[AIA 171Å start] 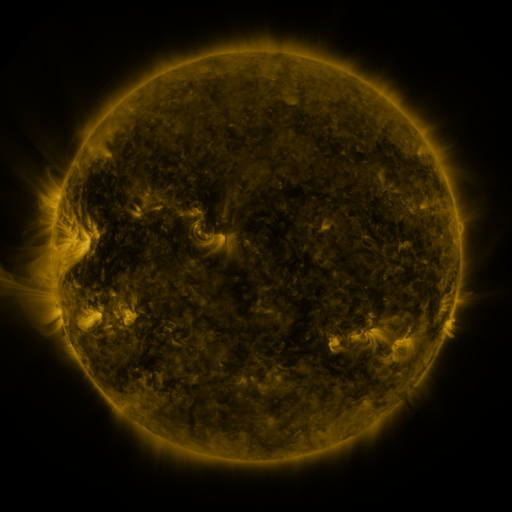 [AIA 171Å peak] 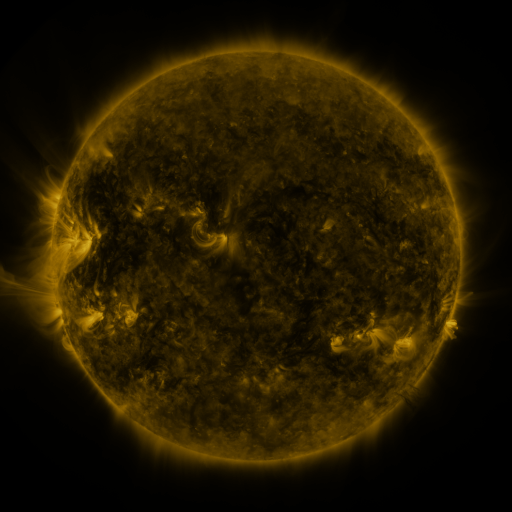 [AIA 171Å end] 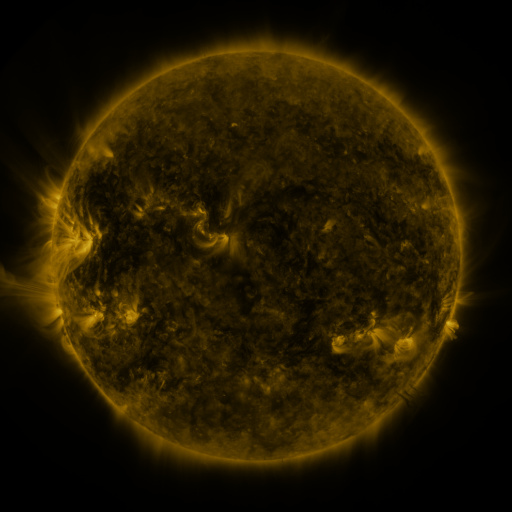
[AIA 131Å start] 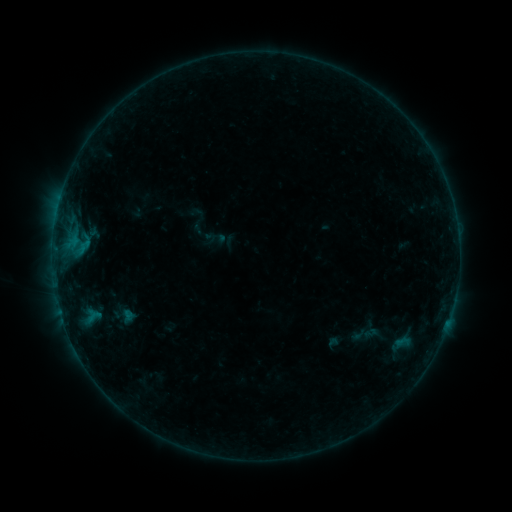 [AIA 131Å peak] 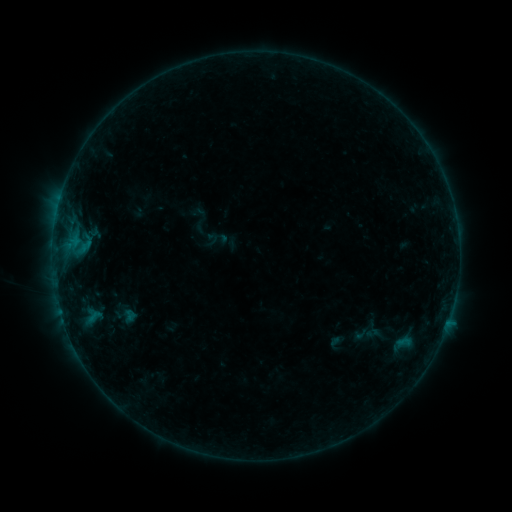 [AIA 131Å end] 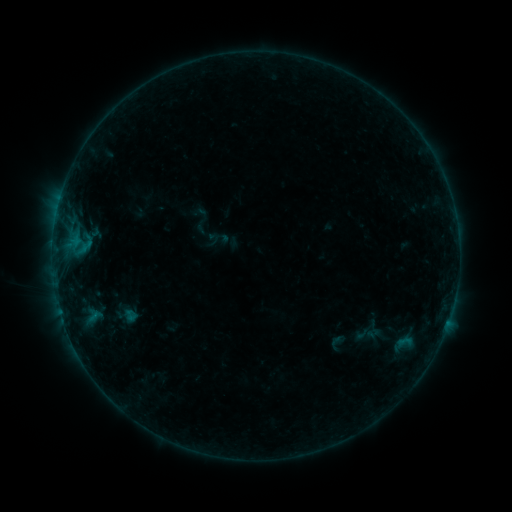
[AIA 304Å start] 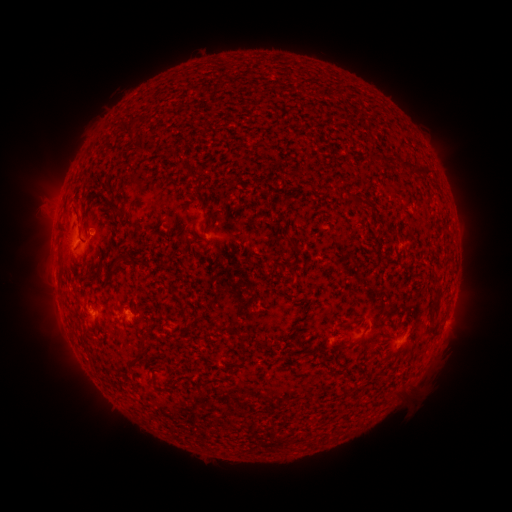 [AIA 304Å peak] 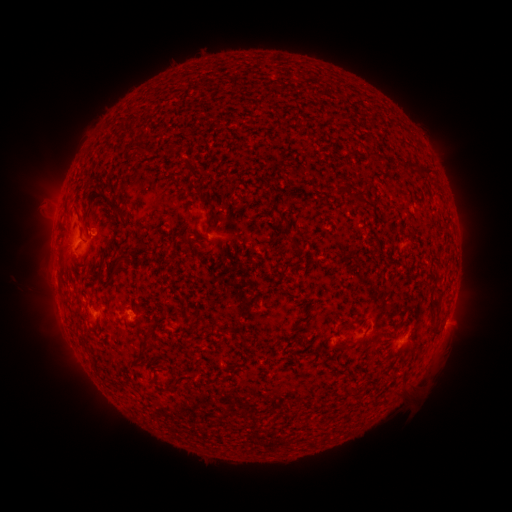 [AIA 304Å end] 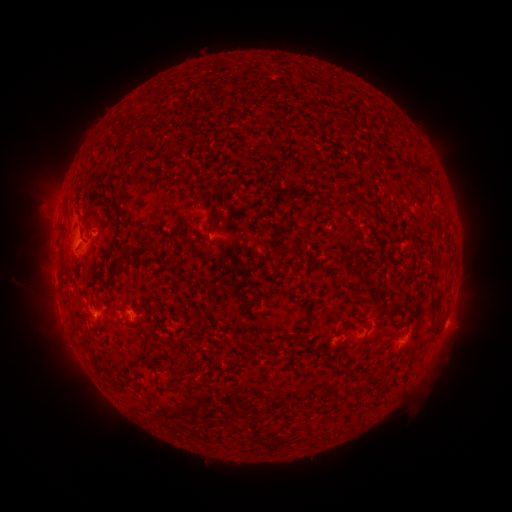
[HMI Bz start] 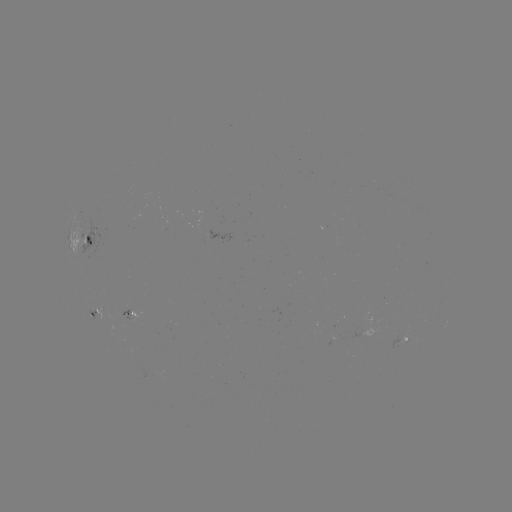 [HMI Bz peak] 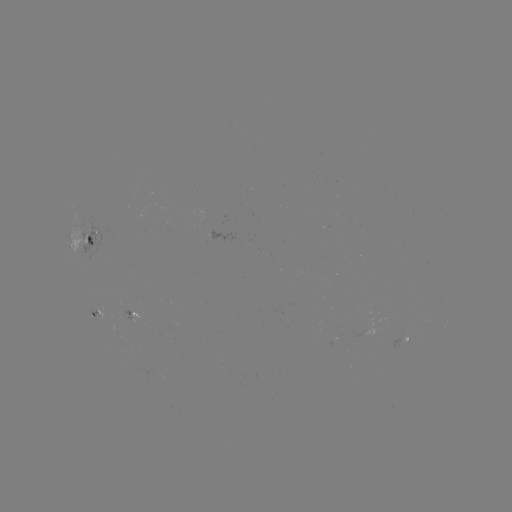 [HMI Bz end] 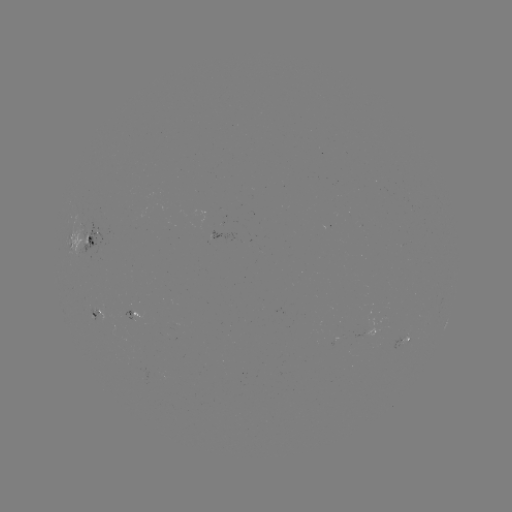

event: emerging-flux region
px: (128, 308)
